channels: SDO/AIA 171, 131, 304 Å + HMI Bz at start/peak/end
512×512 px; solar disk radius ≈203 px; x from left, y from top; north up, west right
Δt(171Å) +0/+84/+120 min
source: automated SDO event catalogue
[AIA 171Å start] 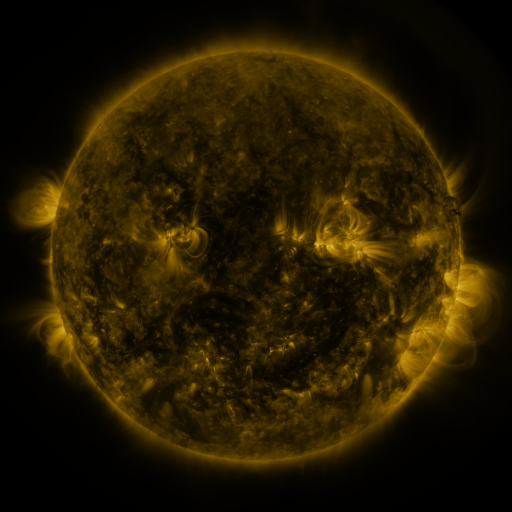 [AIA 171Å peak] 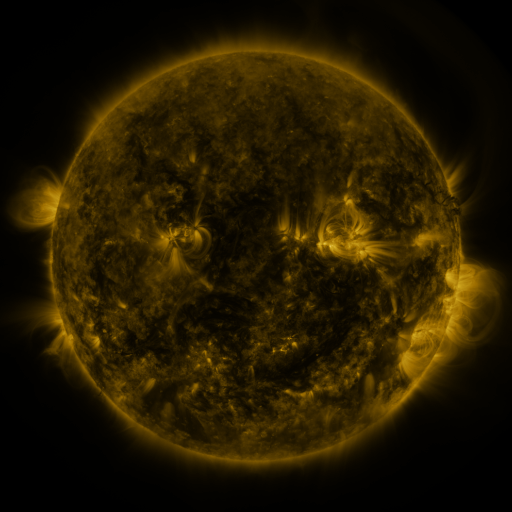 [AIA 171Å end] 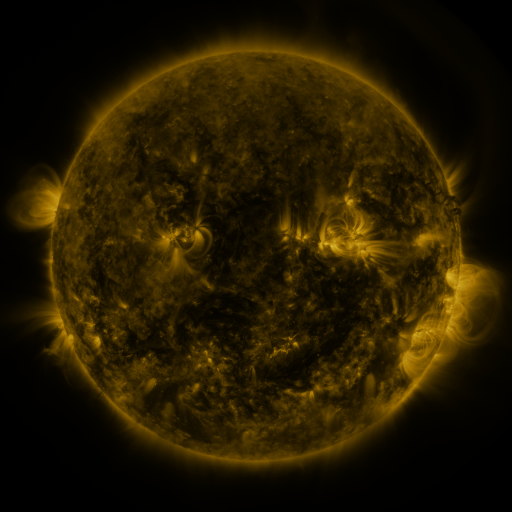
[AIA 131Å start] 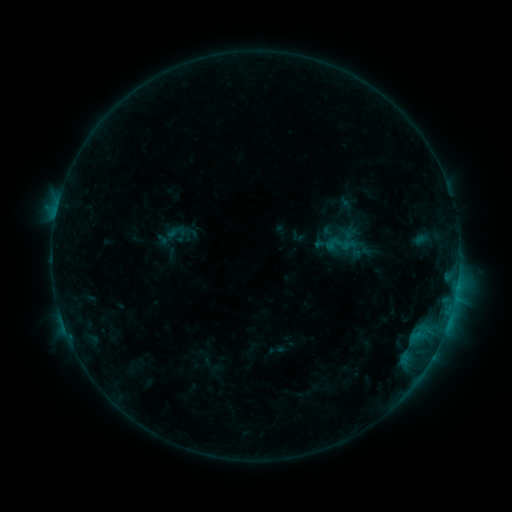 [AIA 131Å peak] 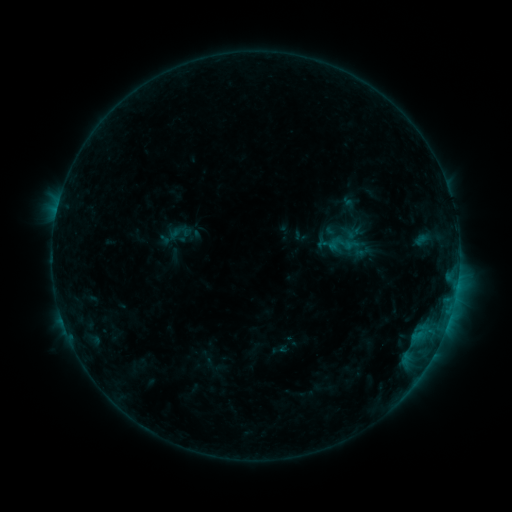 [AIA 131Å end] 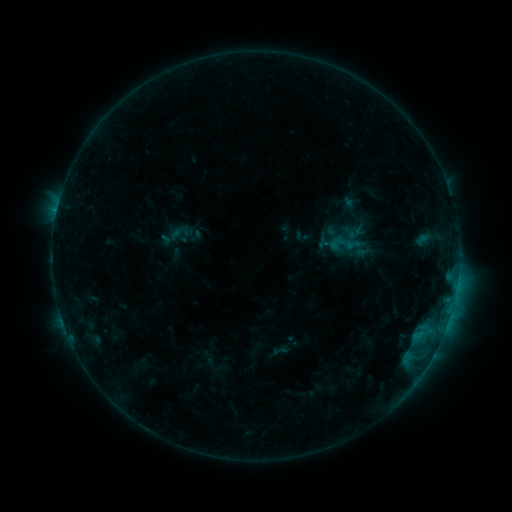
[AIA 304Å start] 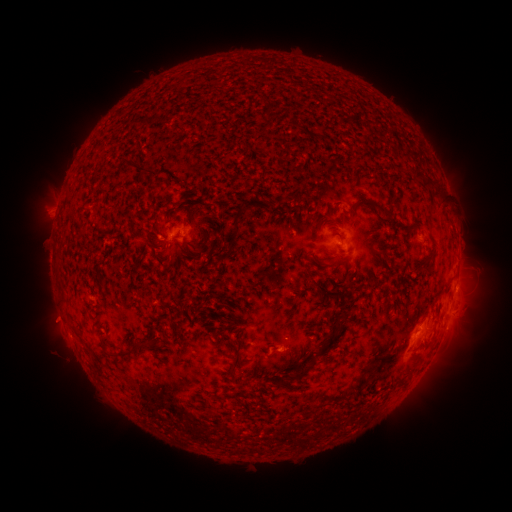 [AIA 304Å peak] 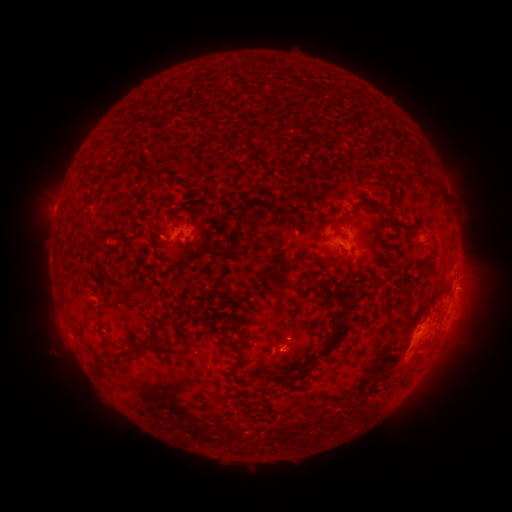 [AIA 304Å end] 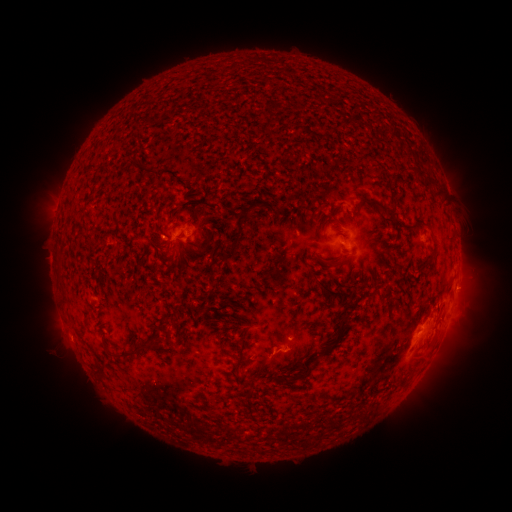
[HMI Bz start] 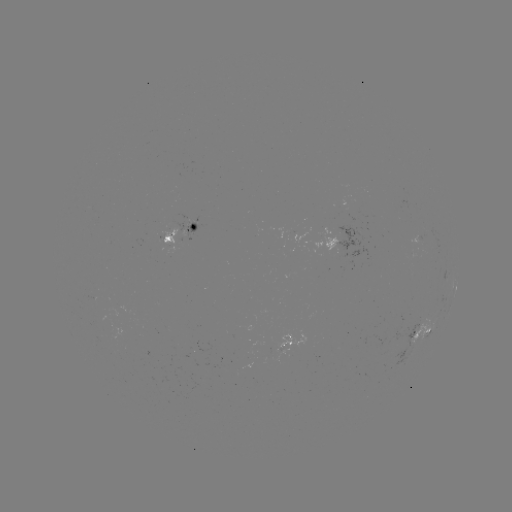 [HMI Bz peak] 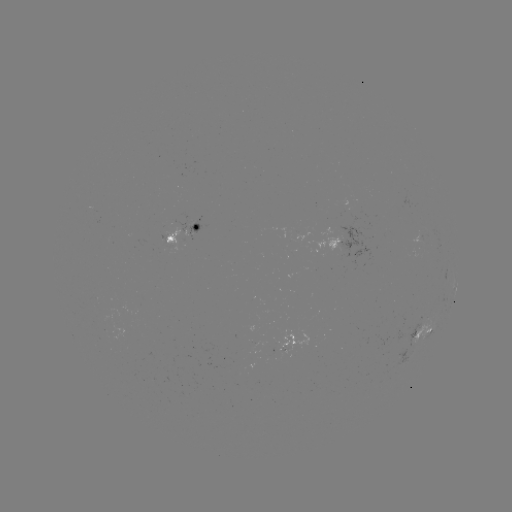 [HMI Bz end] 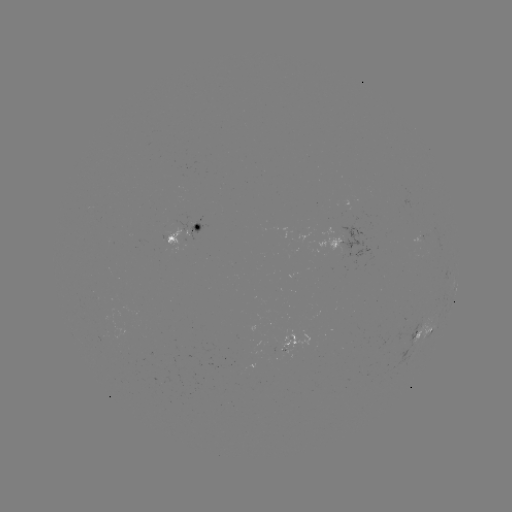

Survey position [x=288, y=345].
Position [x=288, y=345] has emerging-flux region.